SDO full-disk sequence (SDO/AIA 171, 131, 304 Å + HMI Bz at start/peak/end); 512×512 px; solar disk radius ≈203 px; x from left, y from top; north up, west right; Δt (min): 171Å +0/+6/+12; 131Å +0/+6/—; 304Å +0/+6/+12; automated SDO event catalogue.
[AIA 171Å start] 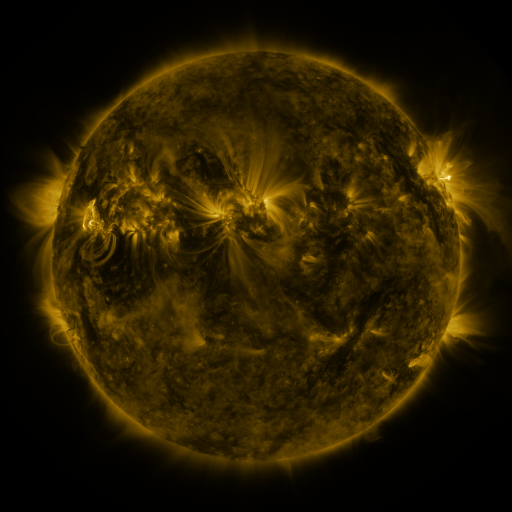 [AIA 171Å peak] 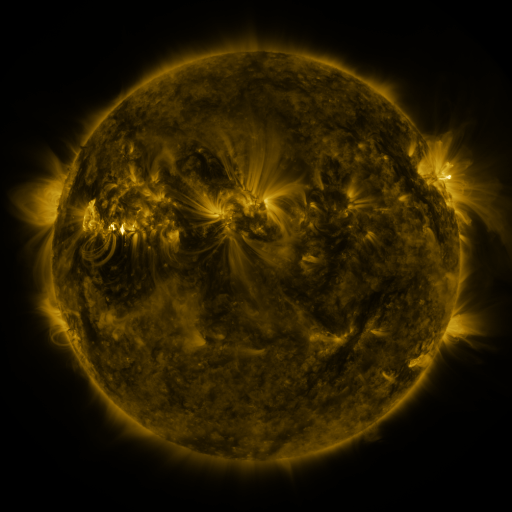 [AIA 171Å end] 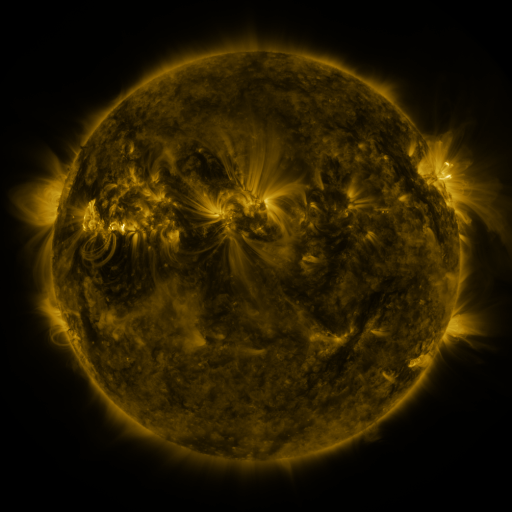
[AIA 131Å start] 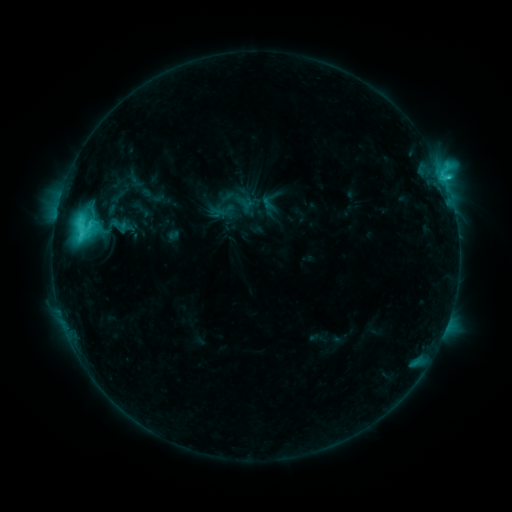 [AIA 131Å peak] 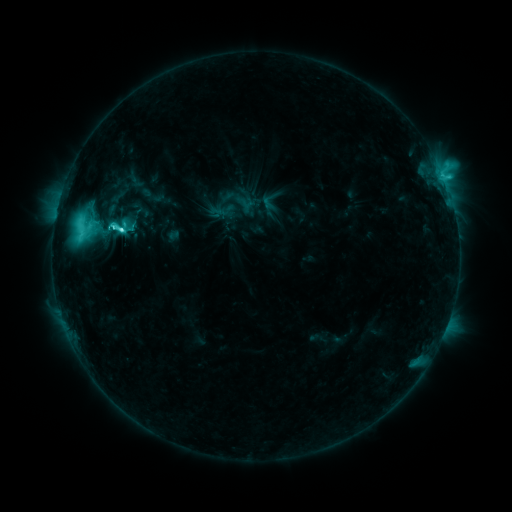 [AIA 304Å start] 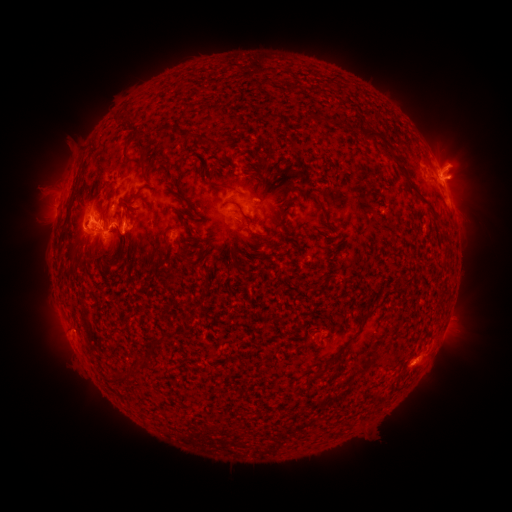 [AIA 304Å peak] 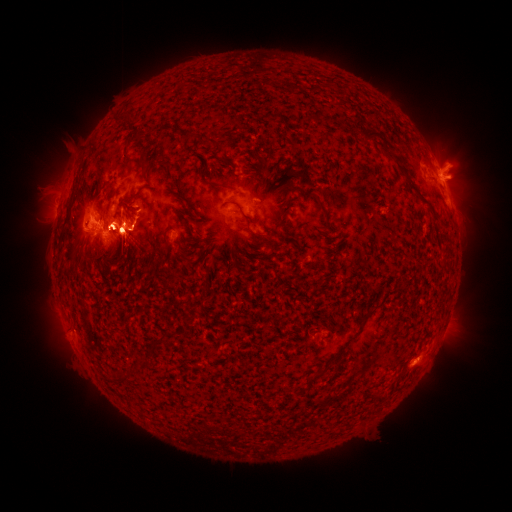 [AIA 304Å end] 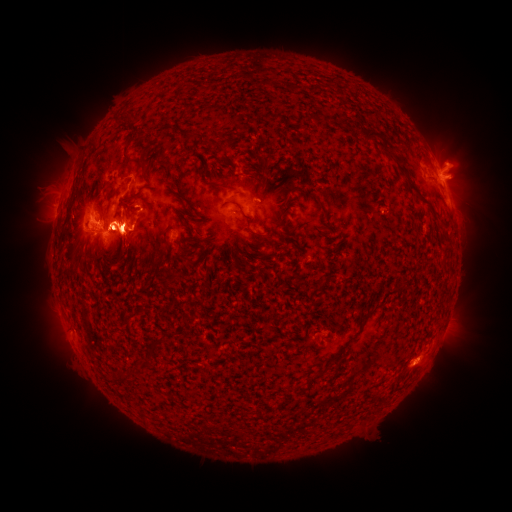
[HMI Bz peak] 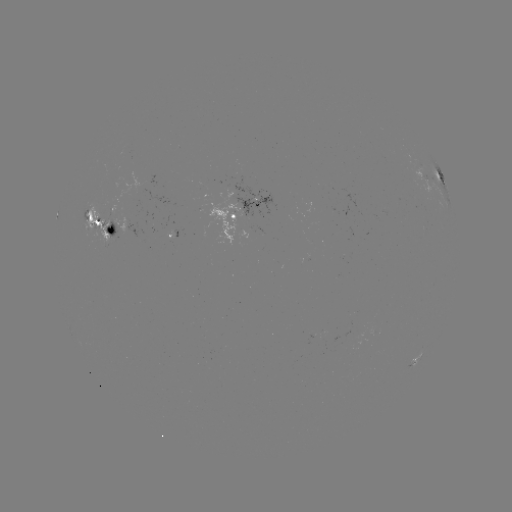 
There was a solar eruption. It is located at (459, 168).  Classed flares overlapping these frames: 1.